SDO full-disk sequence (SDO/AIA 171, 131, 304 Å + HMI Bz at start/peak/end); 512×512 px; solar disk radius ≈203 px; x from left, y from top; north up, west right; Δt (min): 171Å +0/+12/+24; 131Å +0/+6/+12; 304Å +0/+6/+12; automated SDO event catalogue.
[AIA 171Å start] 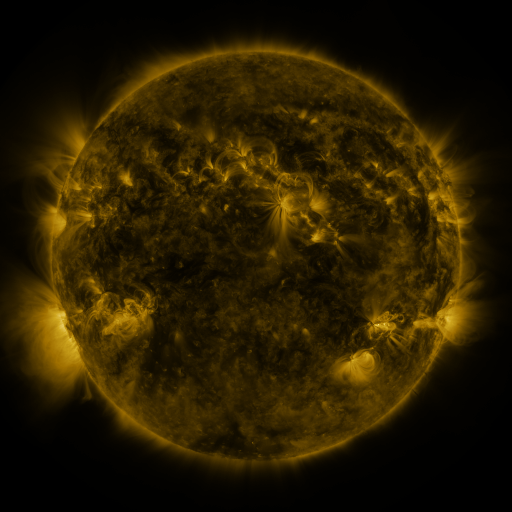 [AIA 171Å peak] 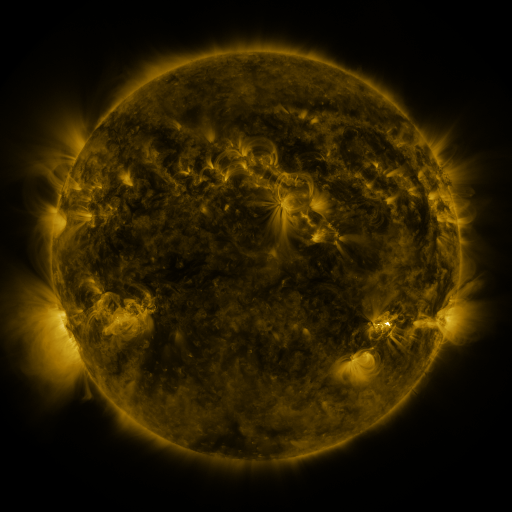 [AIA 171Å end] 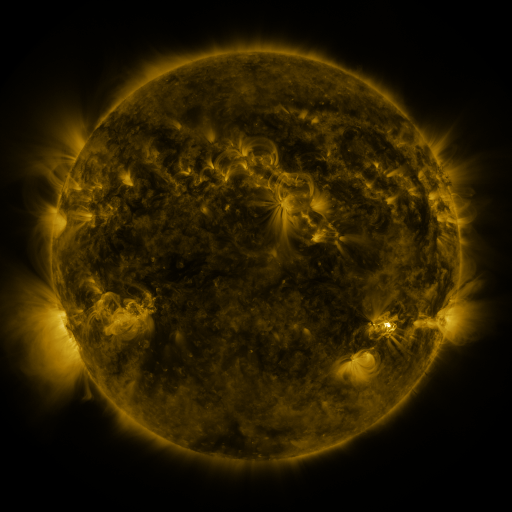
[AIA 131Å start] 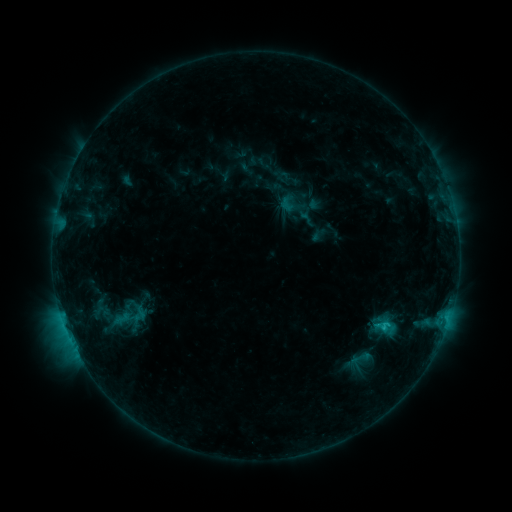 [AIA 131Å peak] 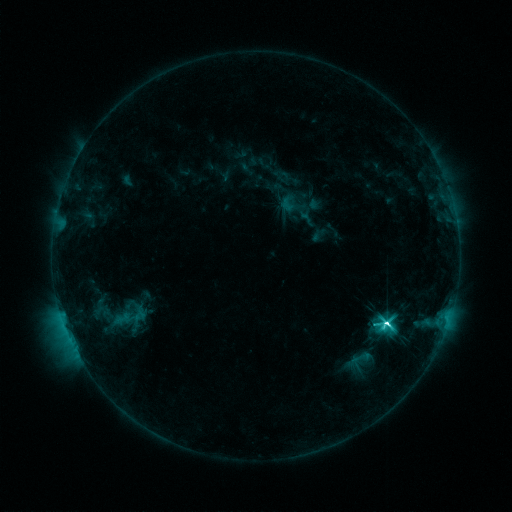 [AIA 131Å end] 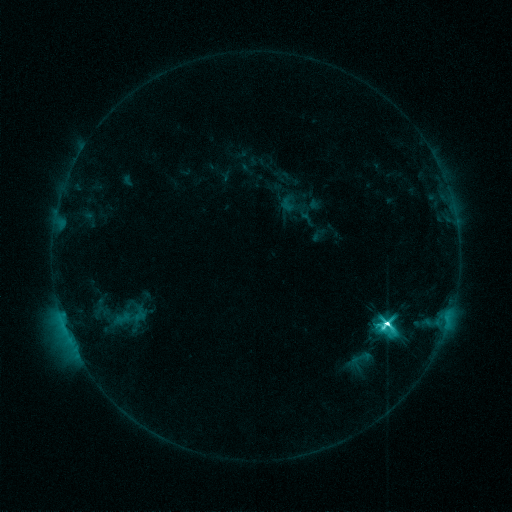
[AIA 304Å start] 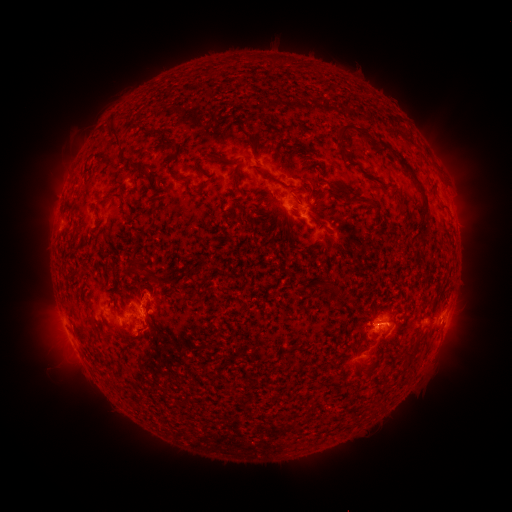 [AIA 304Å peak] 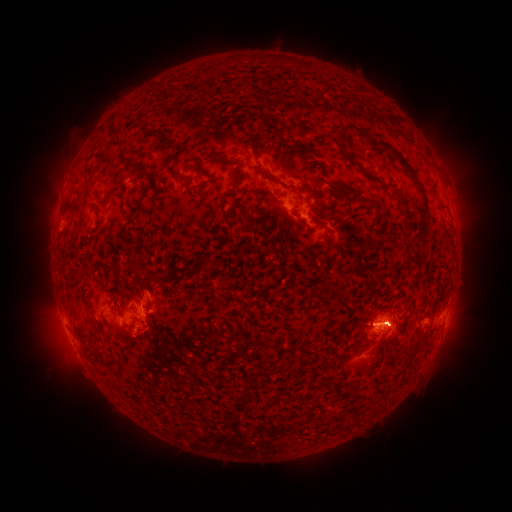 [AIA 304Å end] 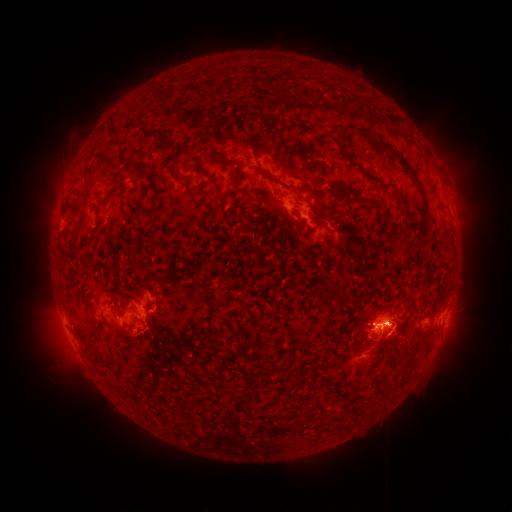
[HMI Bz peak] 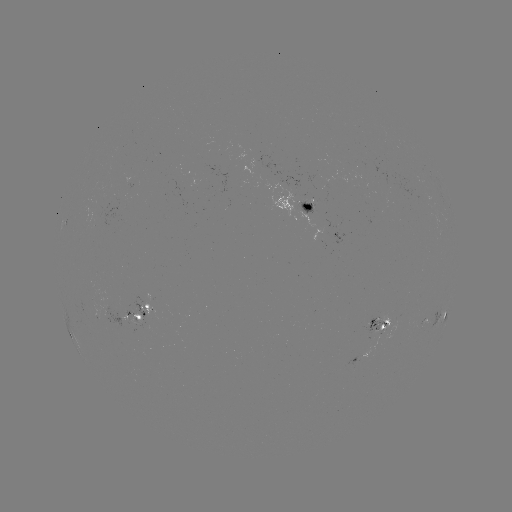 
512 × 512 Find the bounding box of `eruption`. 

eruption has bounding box [28, 293, 87, 385].